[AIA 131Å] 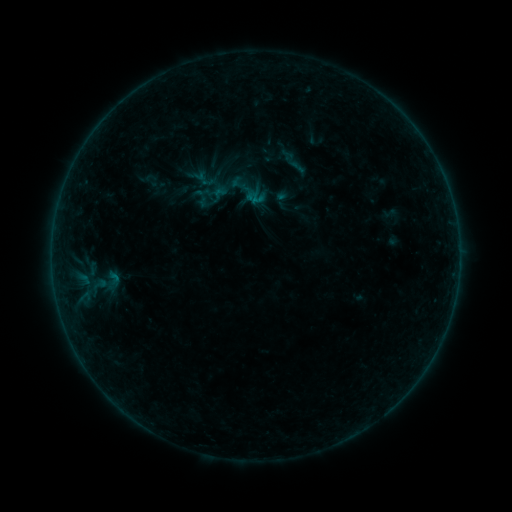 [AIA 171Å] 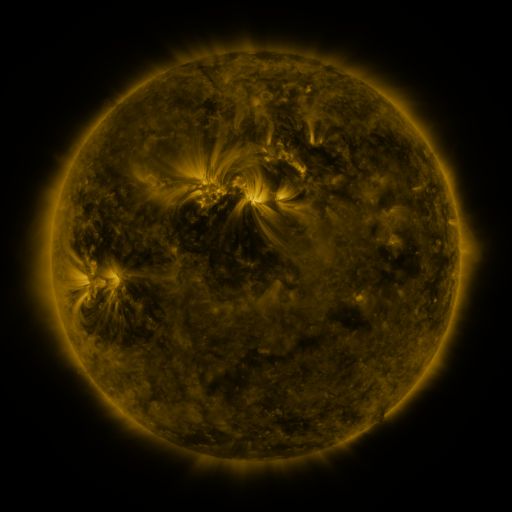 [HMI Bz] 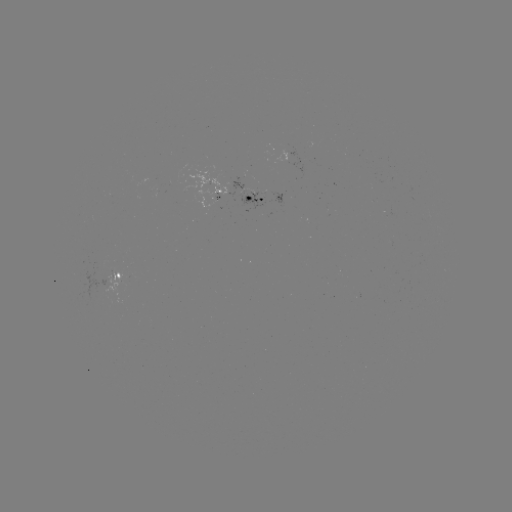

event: sigmoid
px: (114, 278)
